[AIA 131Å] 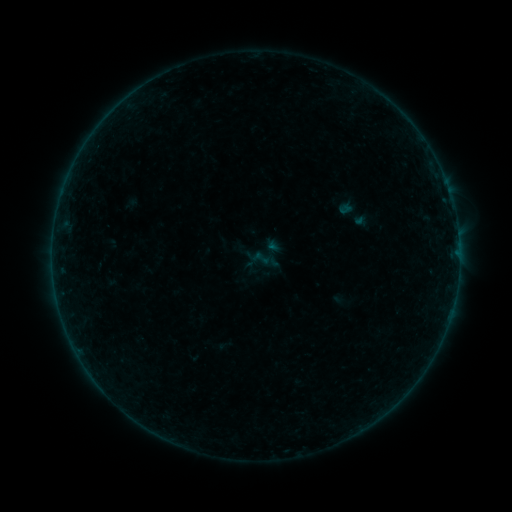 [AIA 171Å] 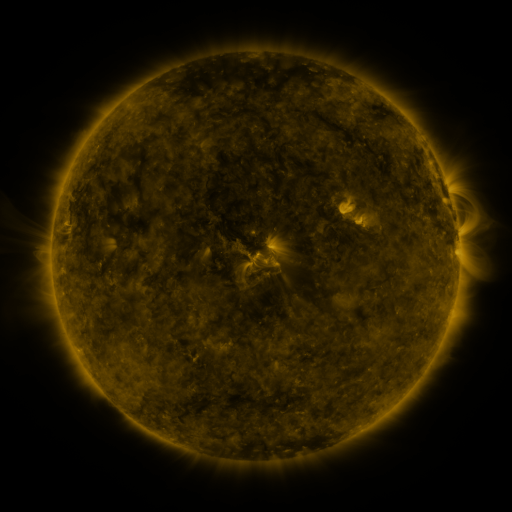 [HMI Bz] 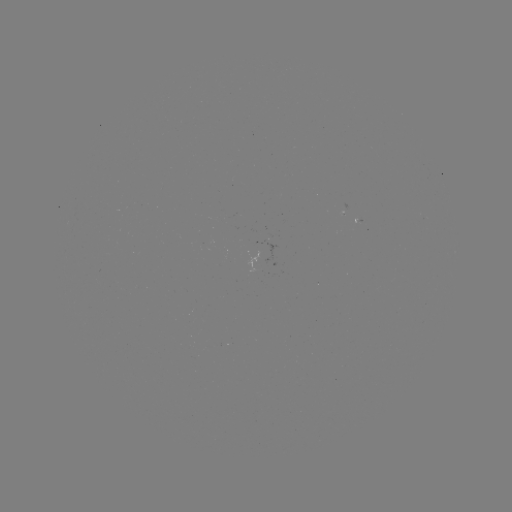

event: sigmoid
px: (354, 213)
